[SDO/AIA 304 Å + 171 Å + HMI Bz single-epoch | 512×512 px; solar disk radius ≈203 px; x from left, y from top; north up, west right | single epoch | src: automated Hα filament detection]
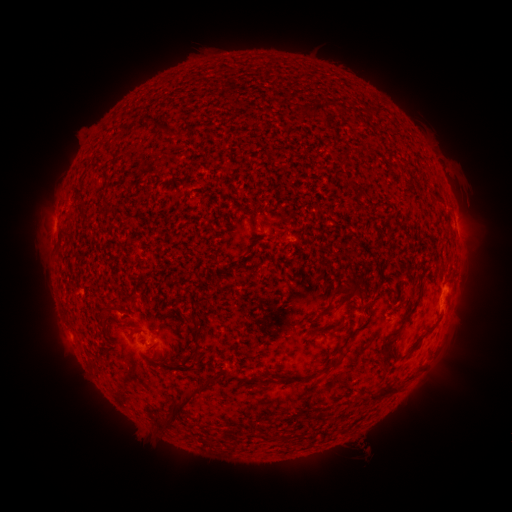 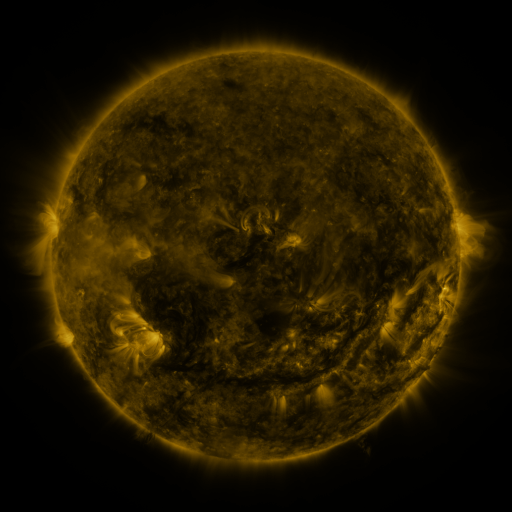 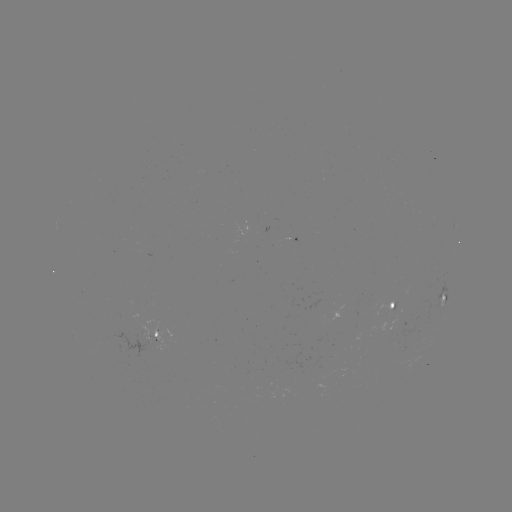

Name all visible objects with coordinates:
filament: [312, 103, 328, 116]
filament: [157, 123, 166, 133]
filament: [241, 207, 254, 216]
filament: [278, 231, 286, 241]
filament: [338, 282, 360, 302]
filament: [379, 299, 420, 366]
filament: [99, 306, 108, 318]
filament: [114, 320, 132, 327]
filament: [223, 369, 239, 380]
filament: [153, 381, 206, 429]
filament: [368, 385, 398, 402]
filament: [314, 410, 323, 419]
